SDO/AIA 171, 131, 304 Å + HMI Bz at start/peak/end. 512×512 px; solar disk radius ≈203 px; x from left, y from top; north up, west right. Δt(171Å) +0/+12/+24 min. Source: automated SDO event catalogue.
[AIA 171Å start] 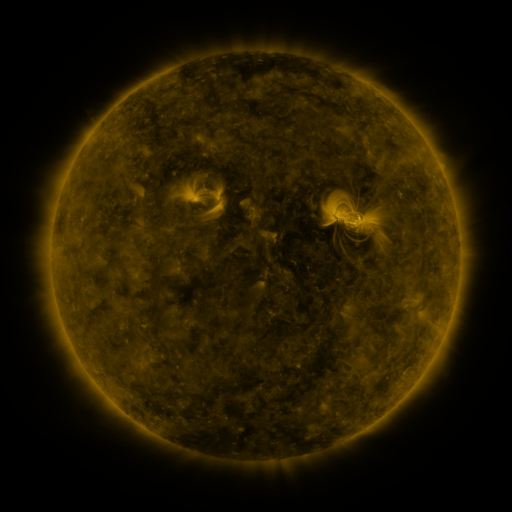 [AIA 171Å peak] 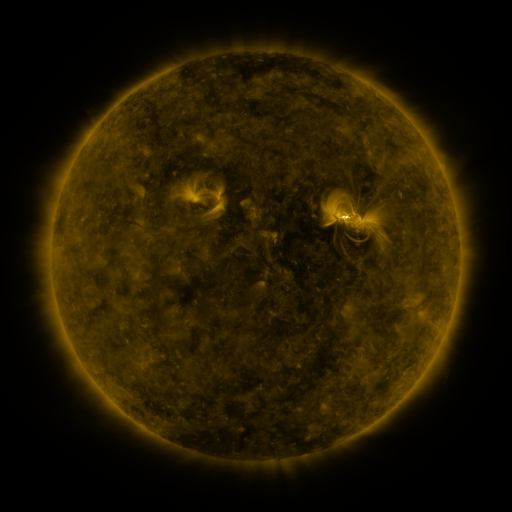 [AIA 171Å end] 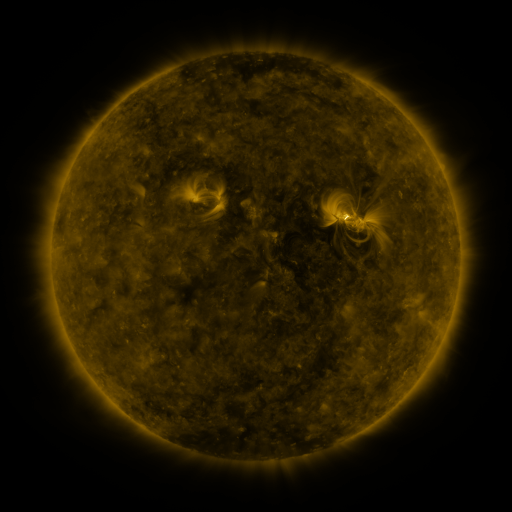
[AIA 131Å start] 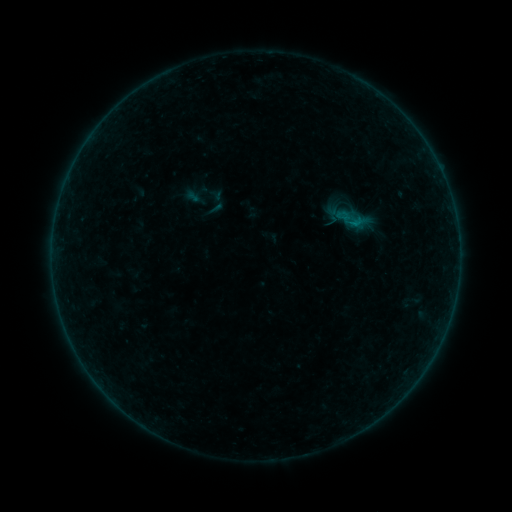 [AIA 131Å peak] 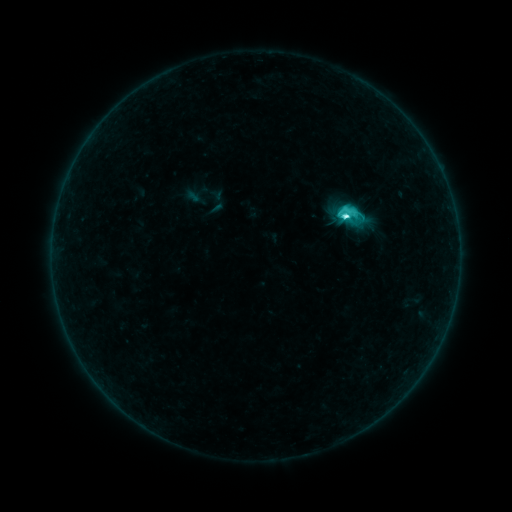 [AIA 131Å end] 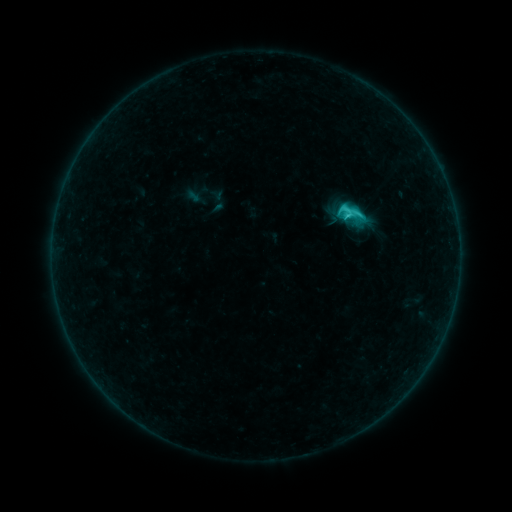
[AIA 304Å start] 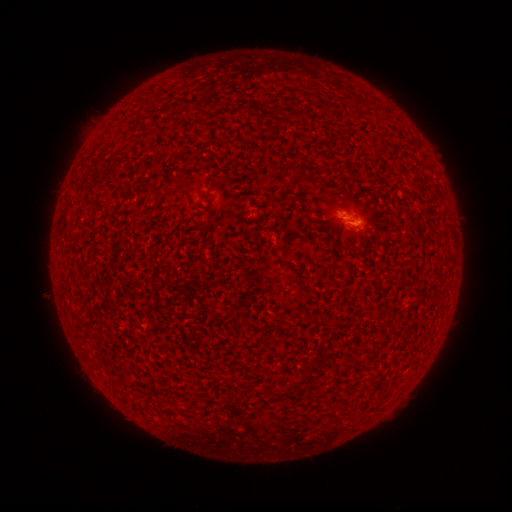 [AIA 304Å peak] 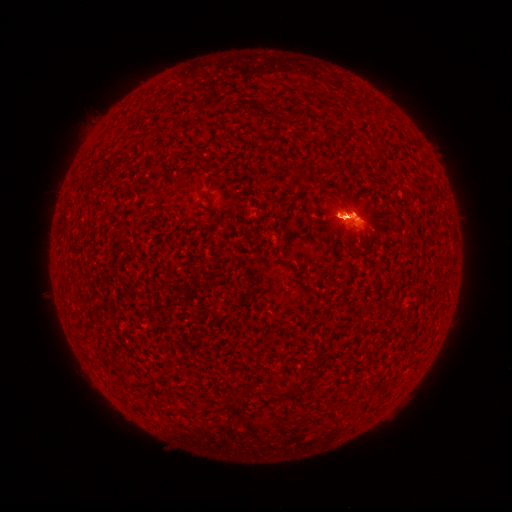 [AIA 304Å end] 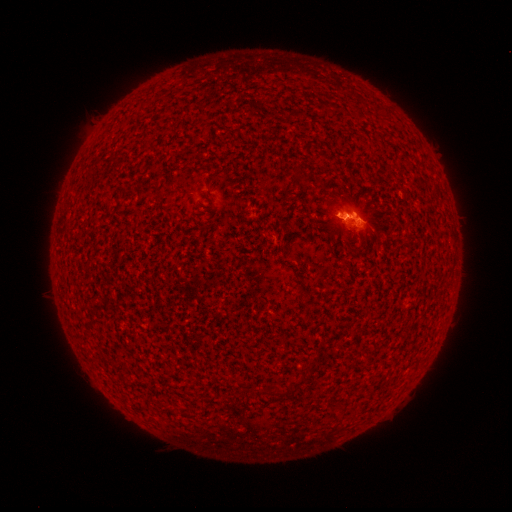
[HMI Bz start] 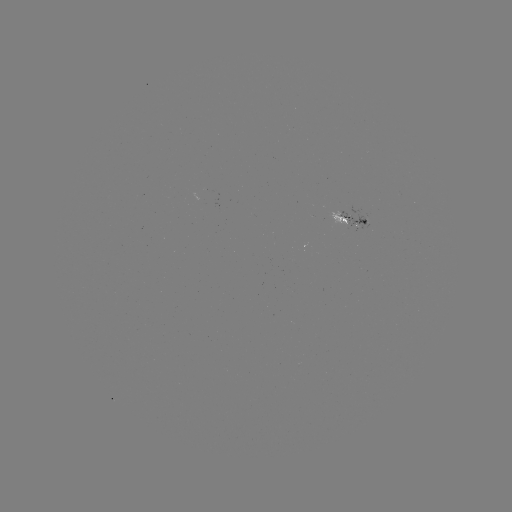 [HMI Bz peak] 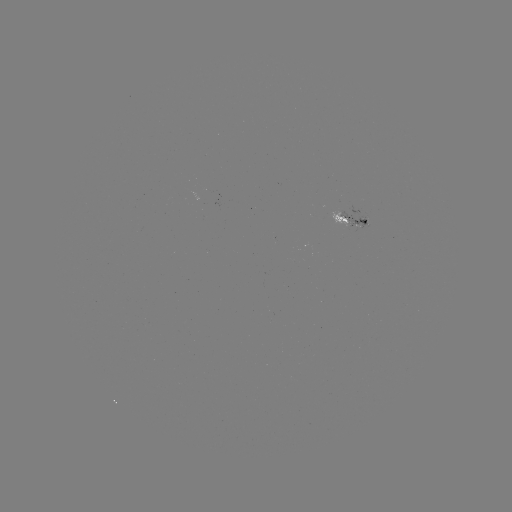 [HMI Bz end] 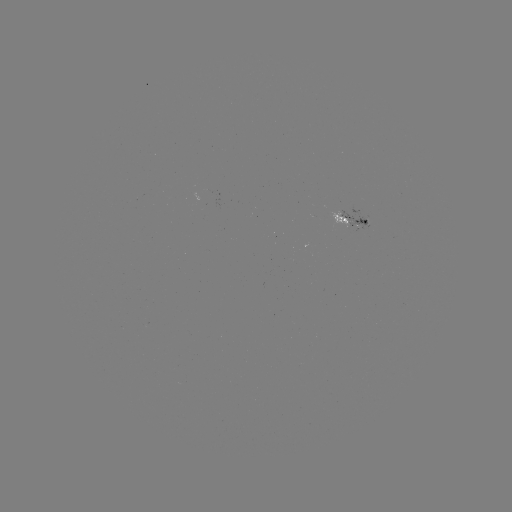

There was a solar flare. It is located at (345, 220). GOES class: C5.0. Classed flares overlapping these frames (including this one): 1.